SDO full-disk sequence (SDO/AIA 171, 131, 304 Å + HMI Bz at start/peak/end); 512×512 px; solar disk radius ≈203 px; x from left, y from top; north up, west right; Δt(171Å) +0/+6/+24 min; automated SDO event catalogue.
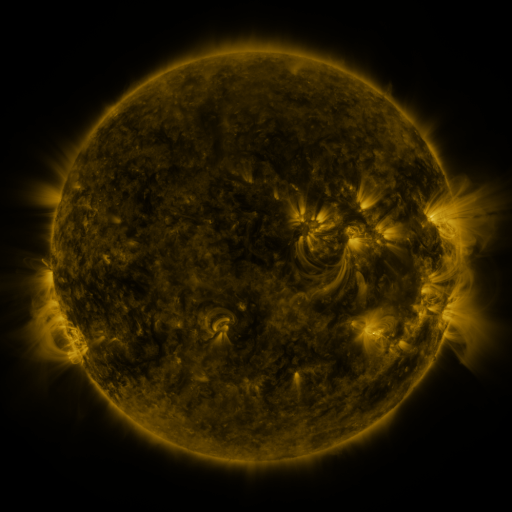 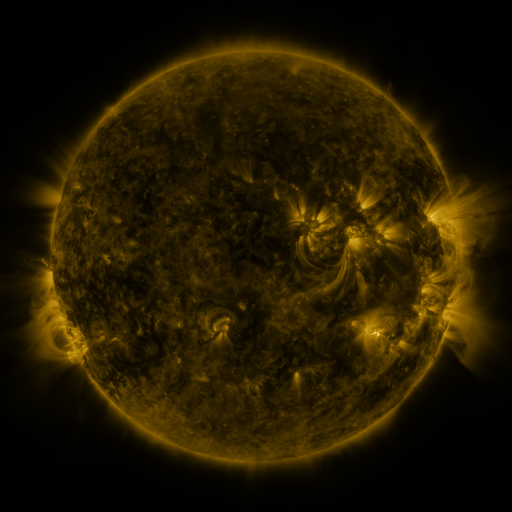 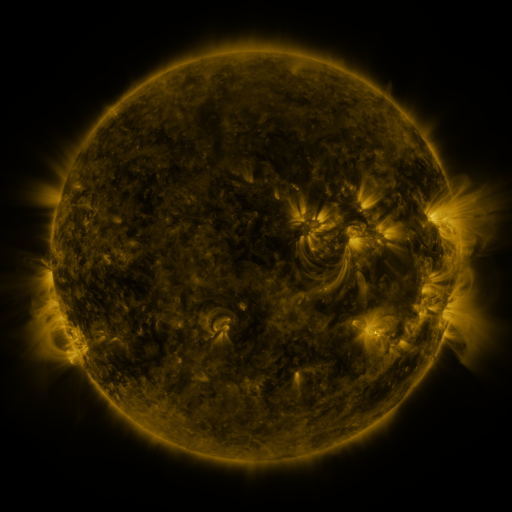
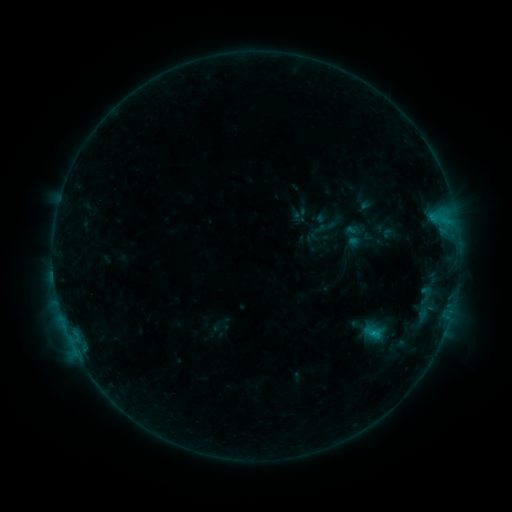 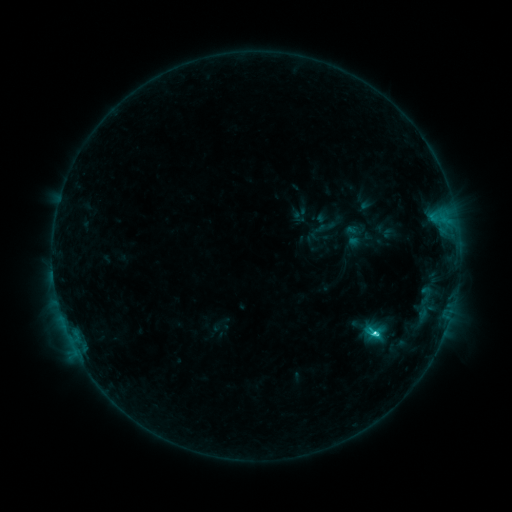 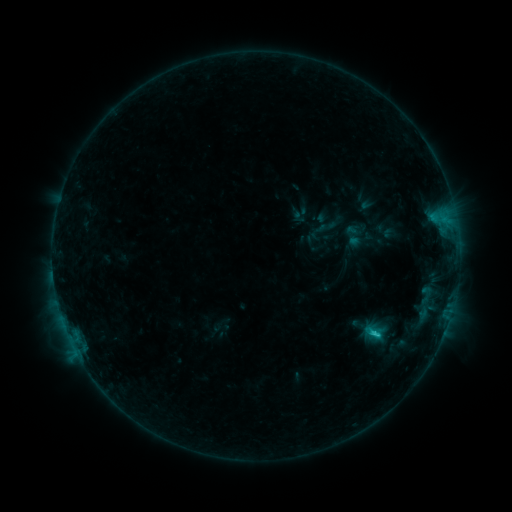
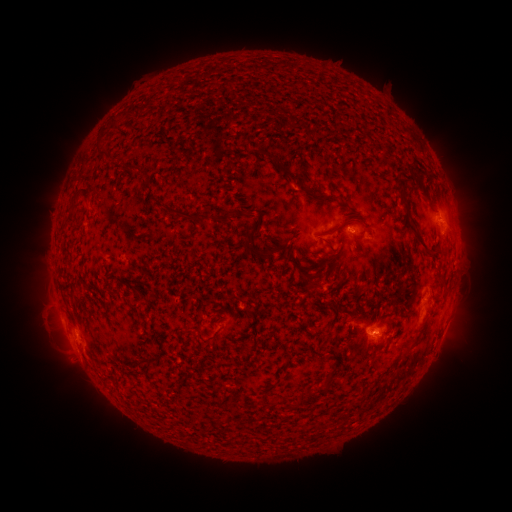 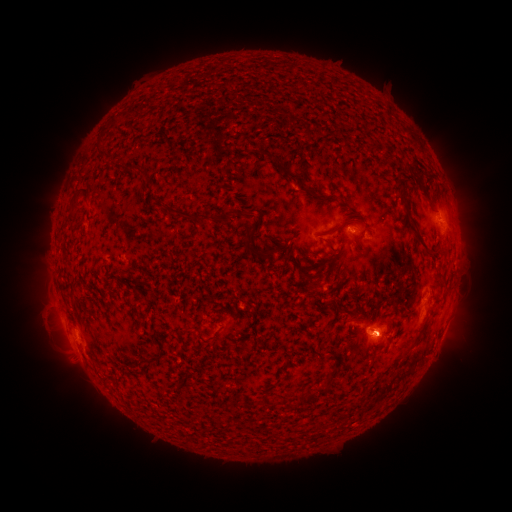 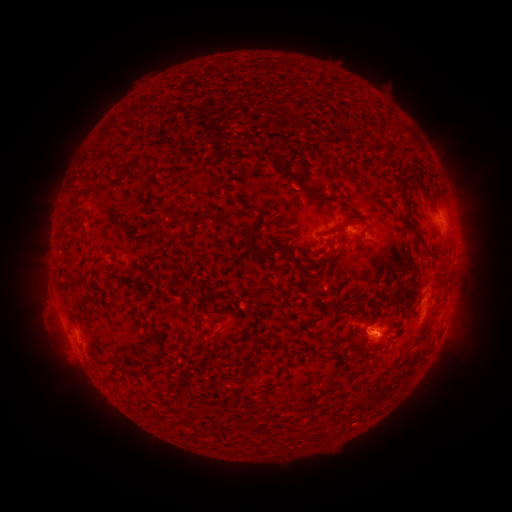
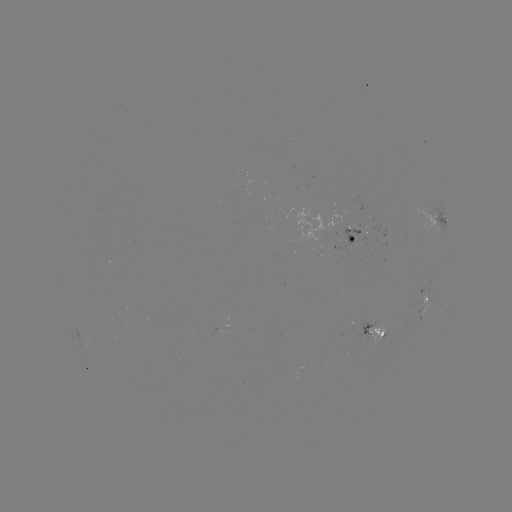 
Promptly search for C2.6 flare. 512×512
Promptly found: (373, 331).